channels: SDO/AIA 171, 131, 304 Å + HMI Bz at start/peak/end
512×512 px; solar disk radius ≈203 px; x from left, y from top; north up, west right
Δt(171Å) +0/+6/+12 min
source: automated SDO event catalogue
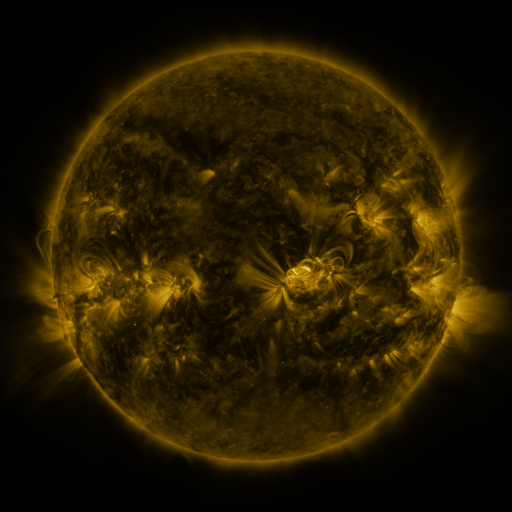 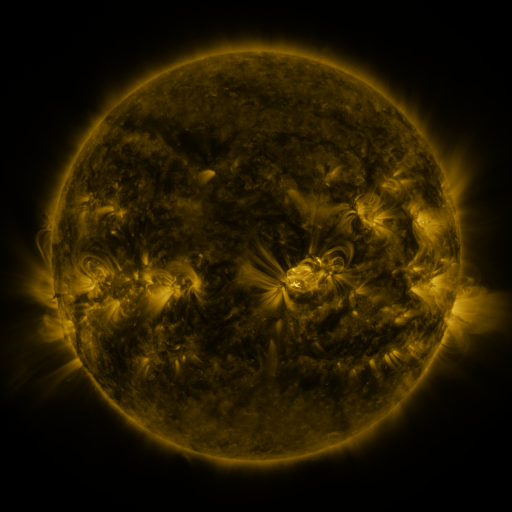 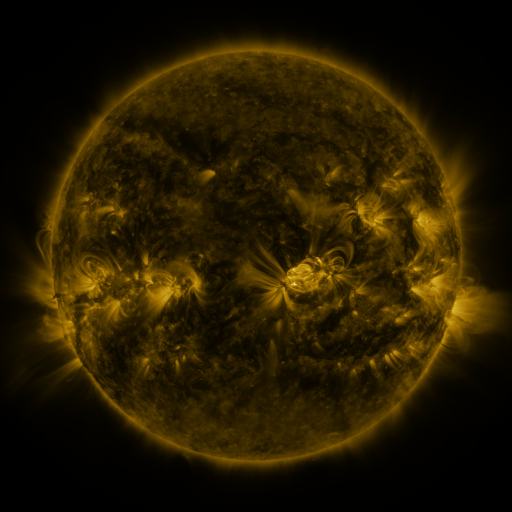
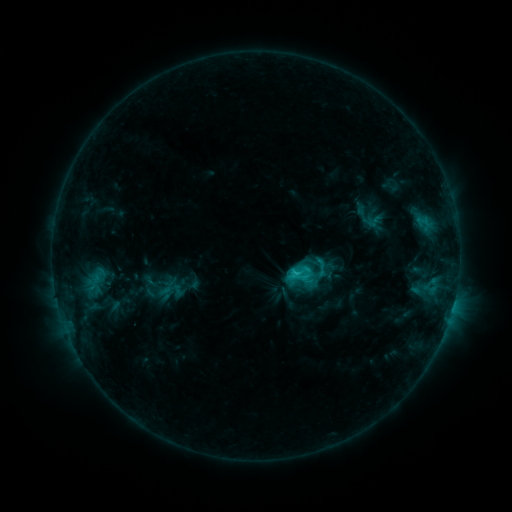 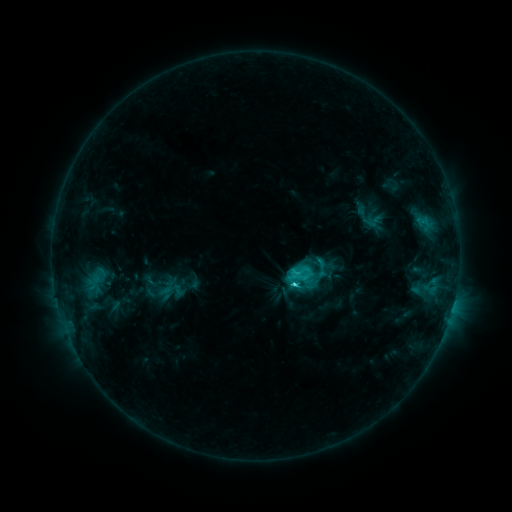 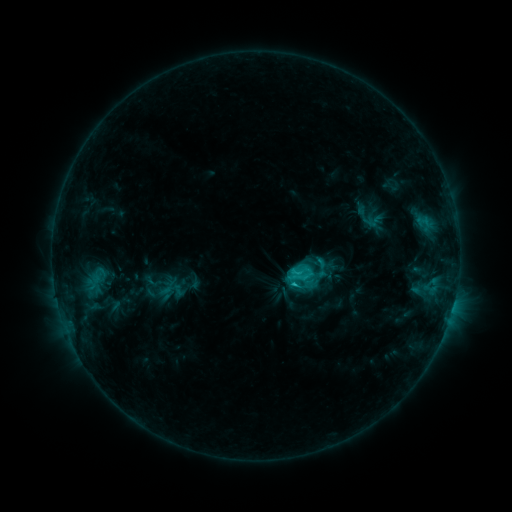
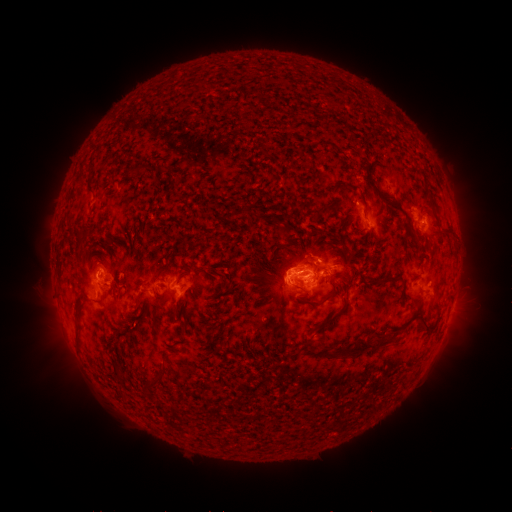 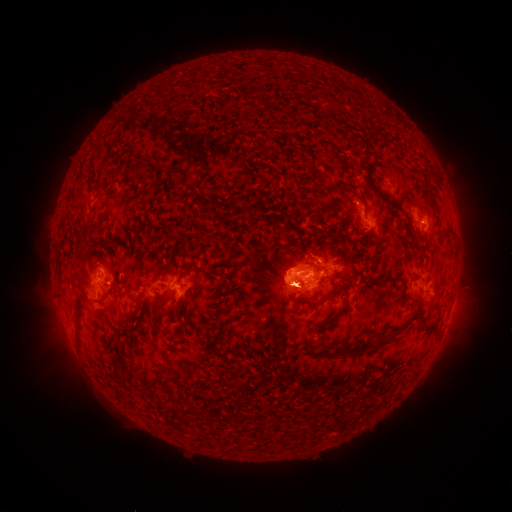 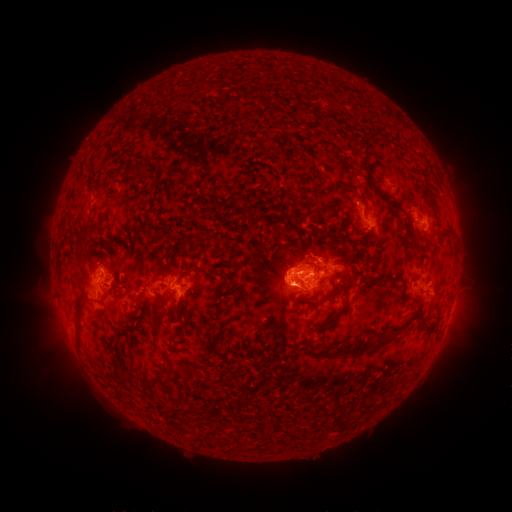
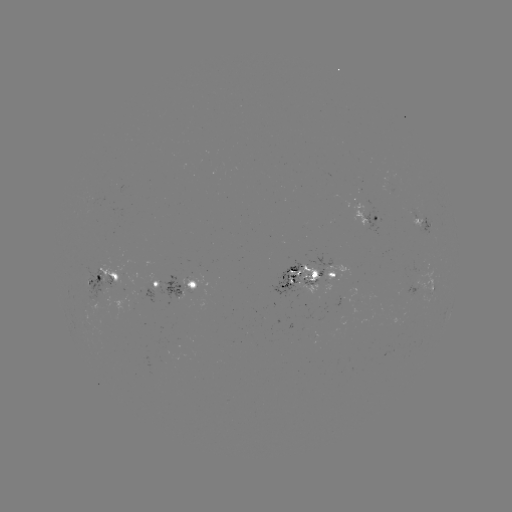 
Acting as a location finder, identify C2.8 flare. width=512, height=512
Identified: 293,282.